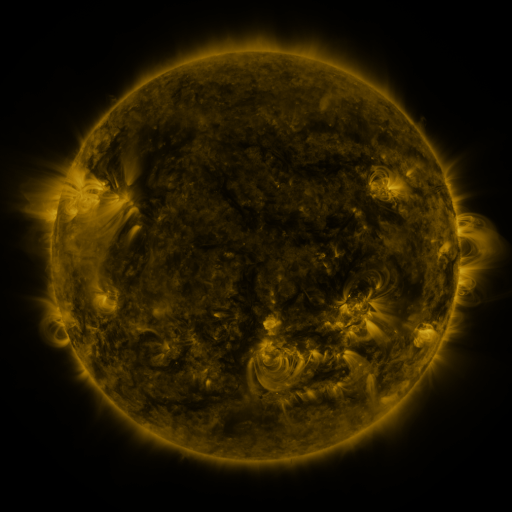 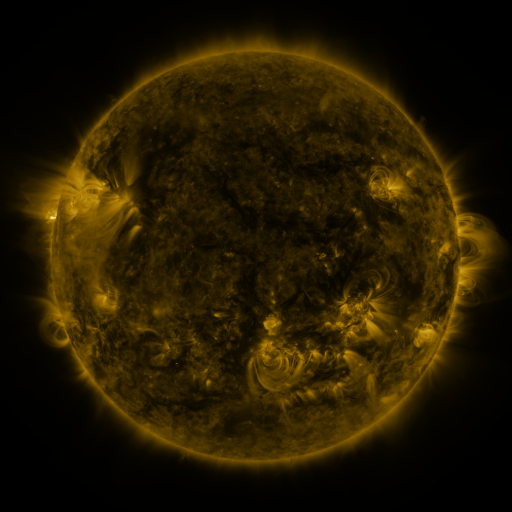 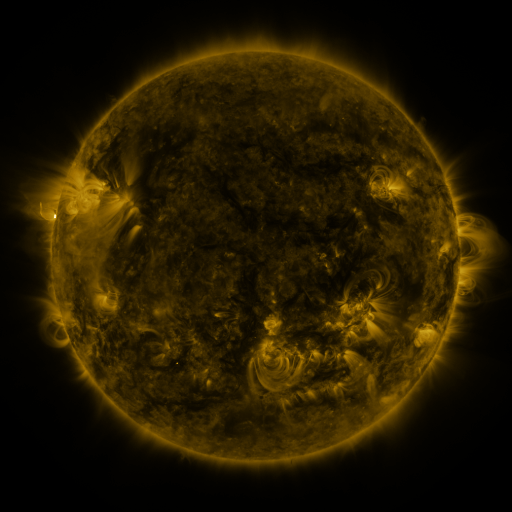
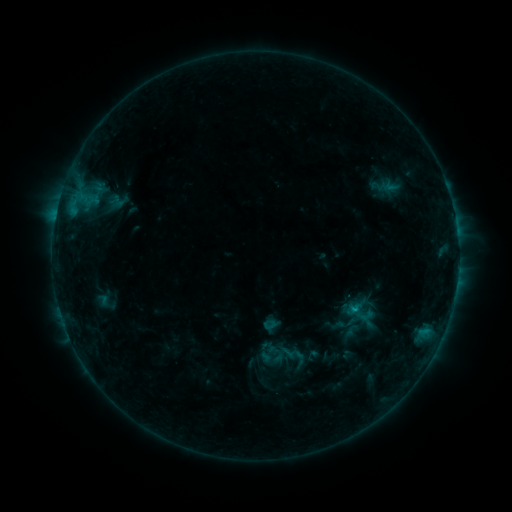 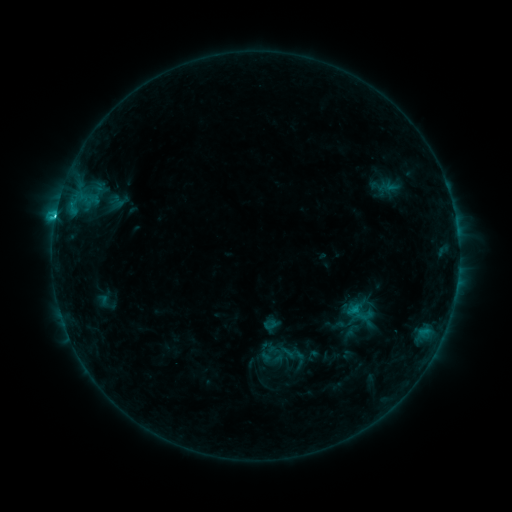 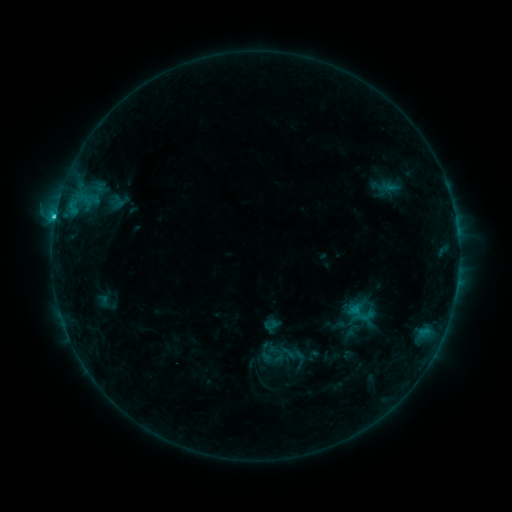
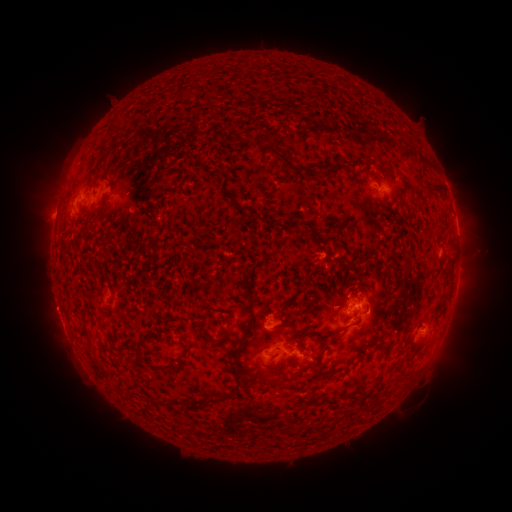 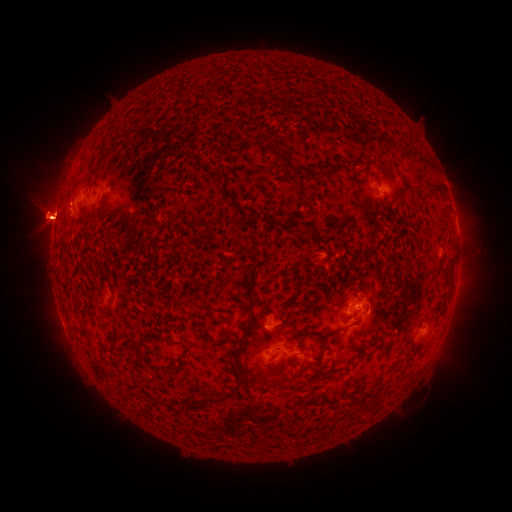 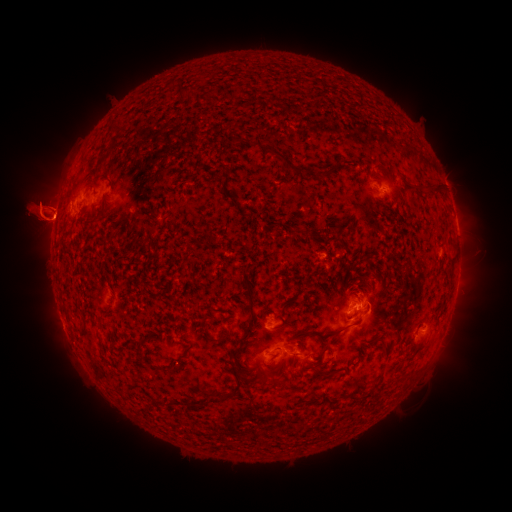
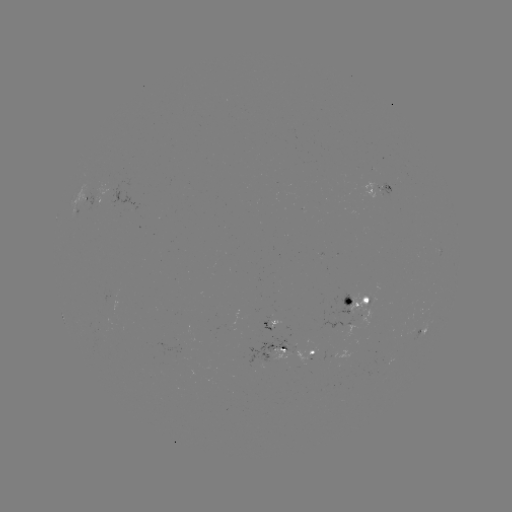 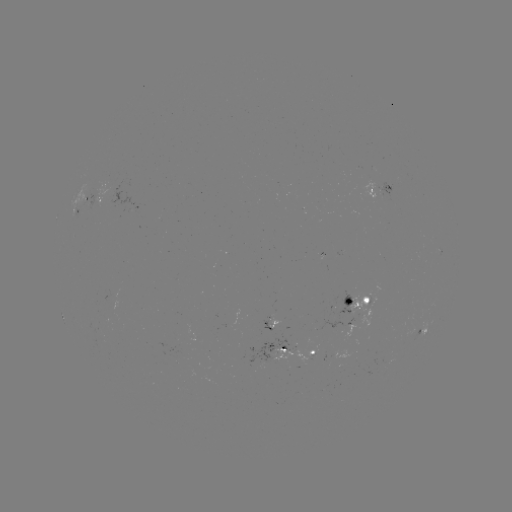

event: flare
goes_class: C3.4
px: (55, 221)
